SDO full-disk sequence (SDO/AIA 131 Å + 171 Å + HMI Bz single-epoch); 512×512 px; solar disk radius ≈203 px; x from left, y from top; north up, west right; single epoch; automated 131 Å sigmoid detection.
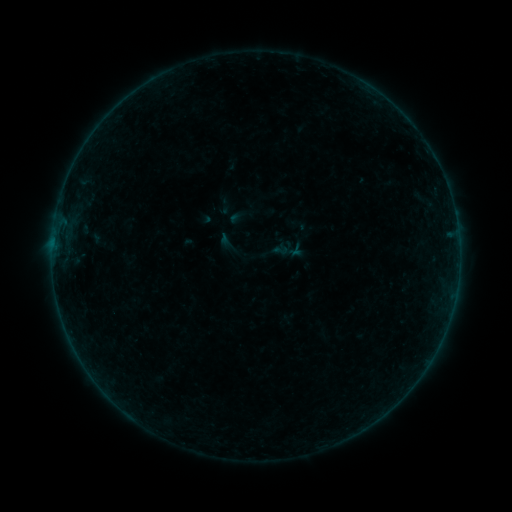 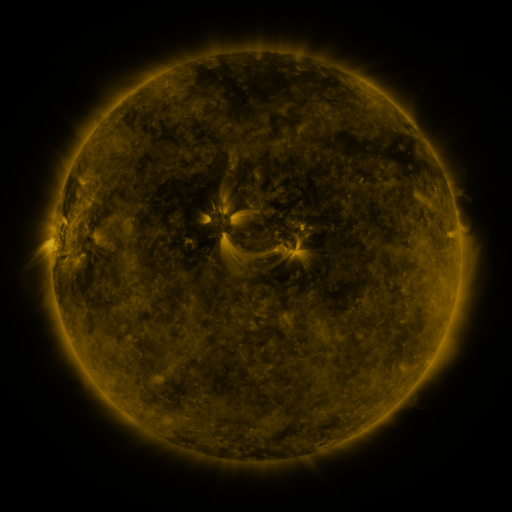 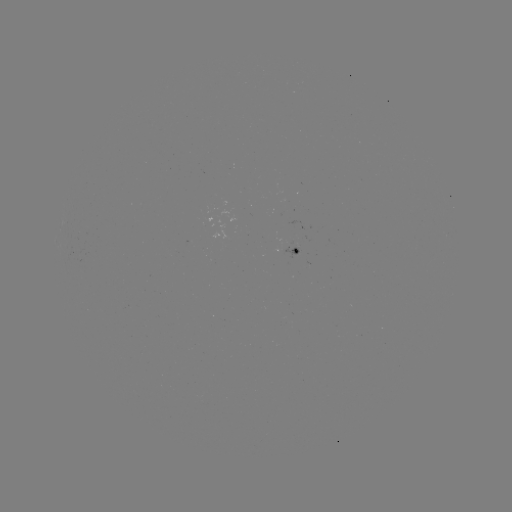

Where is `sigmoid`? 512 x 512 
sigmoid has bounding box [272, 242, 289, 258].